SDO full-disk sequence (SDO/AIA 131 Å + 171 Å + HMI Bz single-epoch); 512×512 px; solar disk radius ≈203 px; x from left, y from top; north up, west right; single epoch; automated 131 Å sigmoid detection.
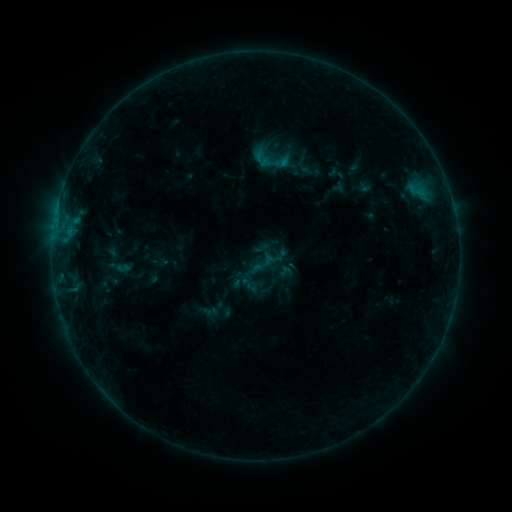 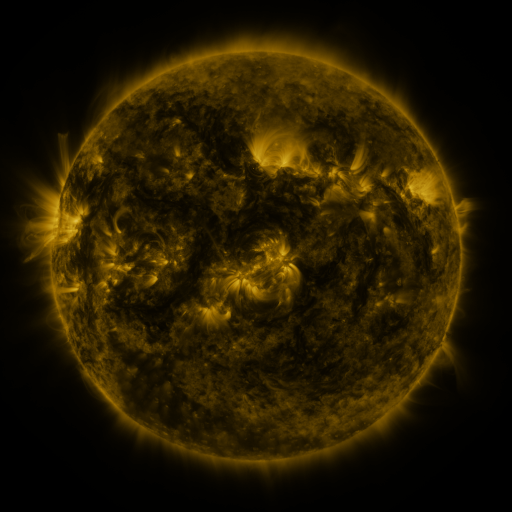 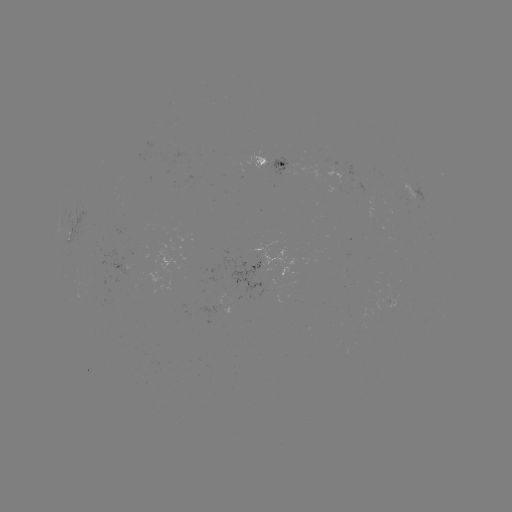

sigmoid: (254, 252, 276, 274)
